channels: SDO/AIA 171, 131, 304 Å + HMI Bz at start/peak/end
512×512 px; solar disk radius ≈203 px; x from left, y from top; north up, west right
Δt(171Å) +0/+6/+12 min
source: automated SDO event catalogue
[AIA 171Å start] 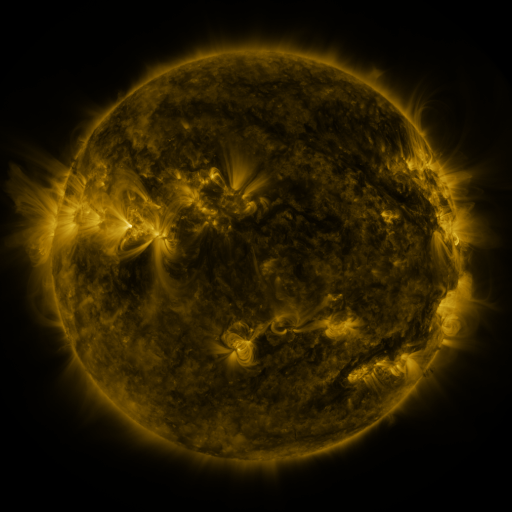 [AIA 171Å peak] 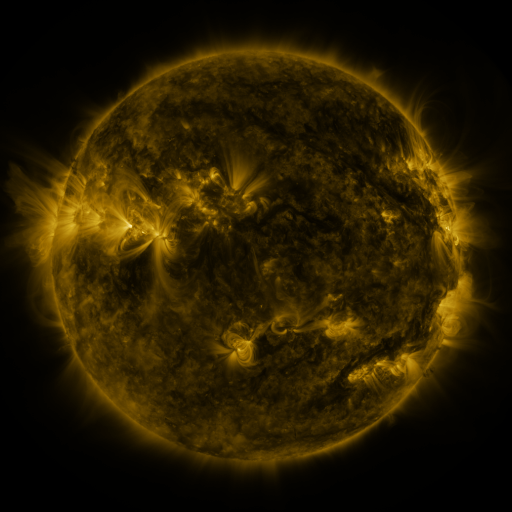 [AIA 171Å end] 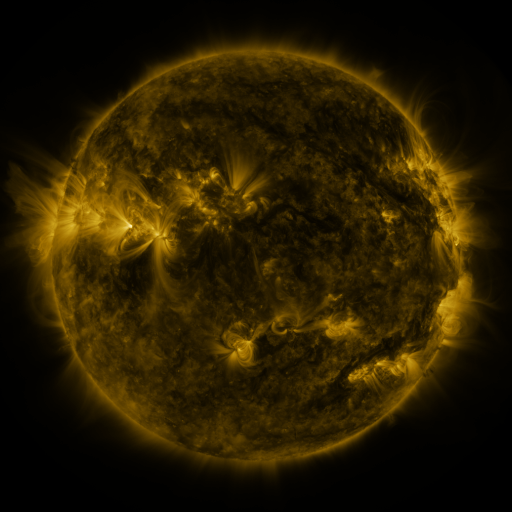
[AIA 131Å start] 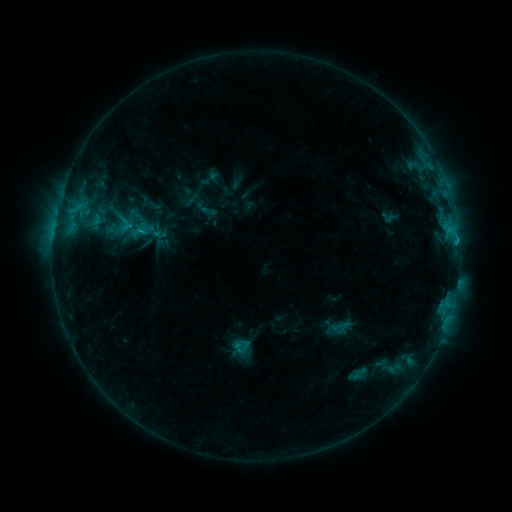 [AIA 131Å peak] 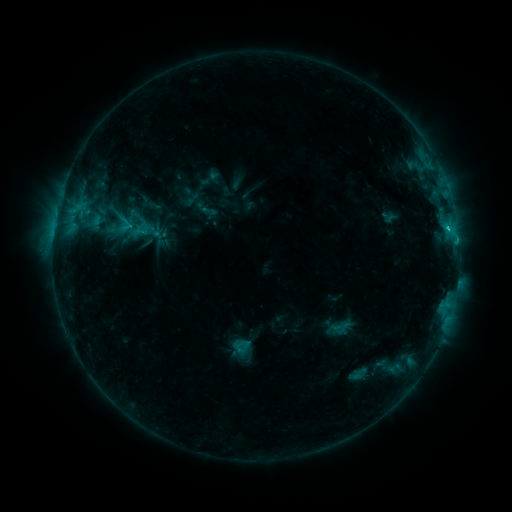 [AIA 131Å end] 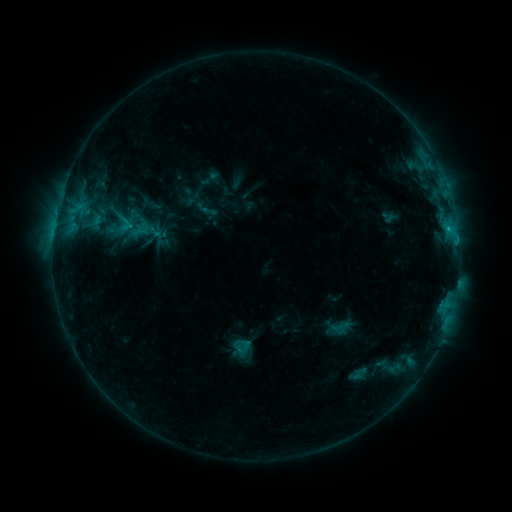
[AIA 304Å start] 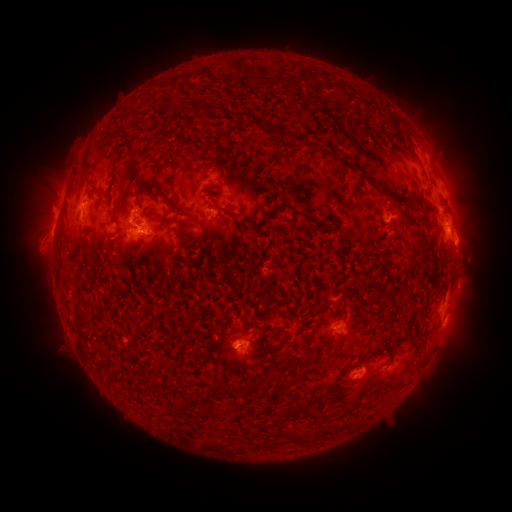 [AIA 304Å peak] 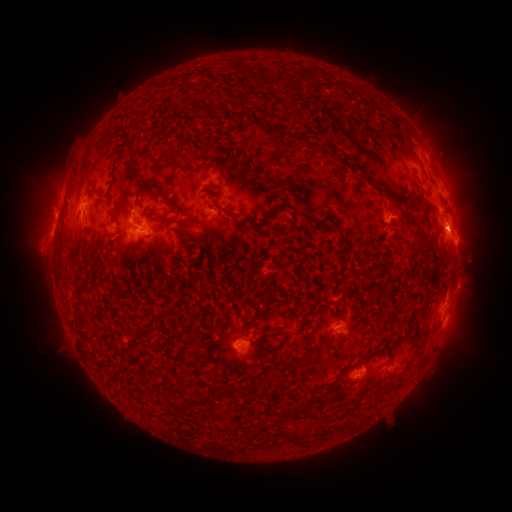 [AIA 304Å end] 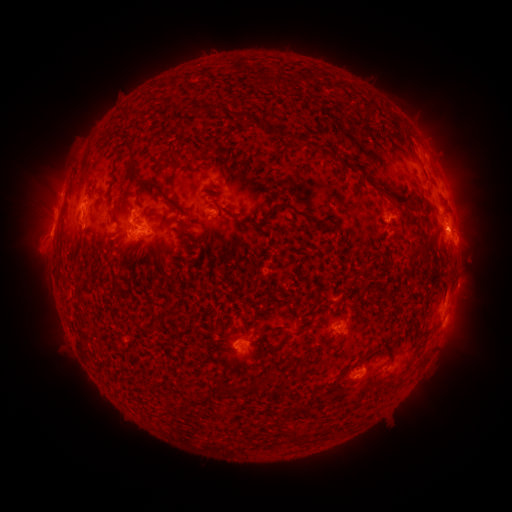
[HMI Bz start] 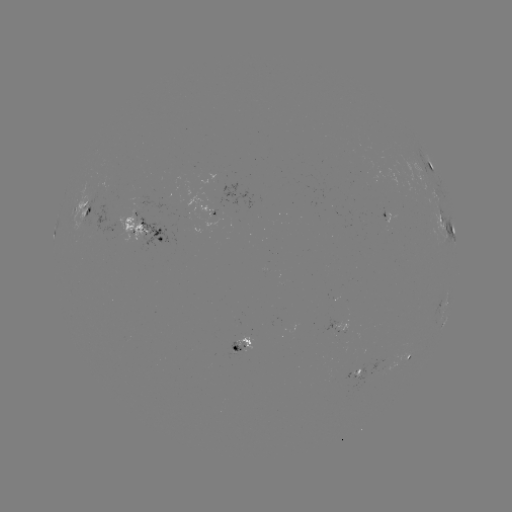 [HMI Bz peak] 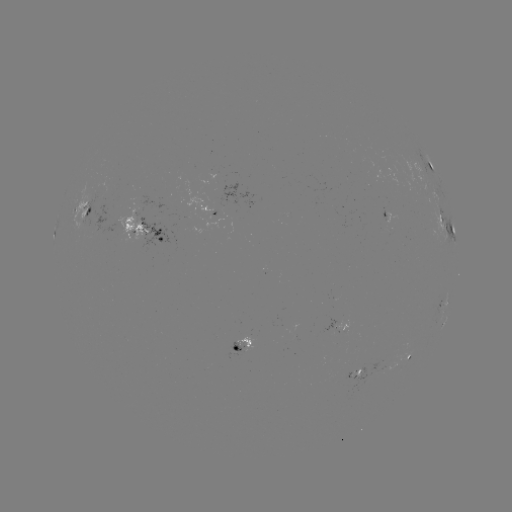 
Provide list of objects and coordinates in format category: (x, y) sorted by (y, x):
C1.5 flare: (447, 230)
